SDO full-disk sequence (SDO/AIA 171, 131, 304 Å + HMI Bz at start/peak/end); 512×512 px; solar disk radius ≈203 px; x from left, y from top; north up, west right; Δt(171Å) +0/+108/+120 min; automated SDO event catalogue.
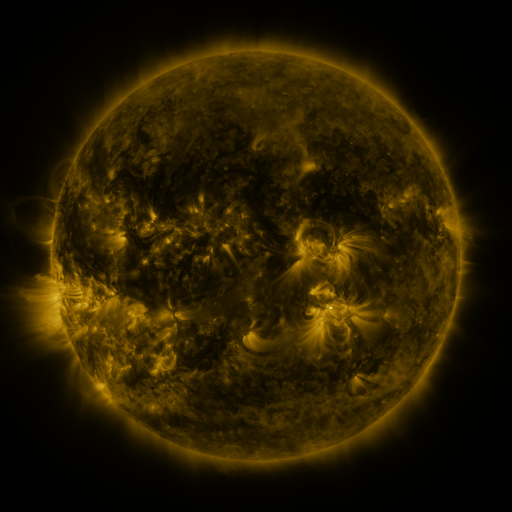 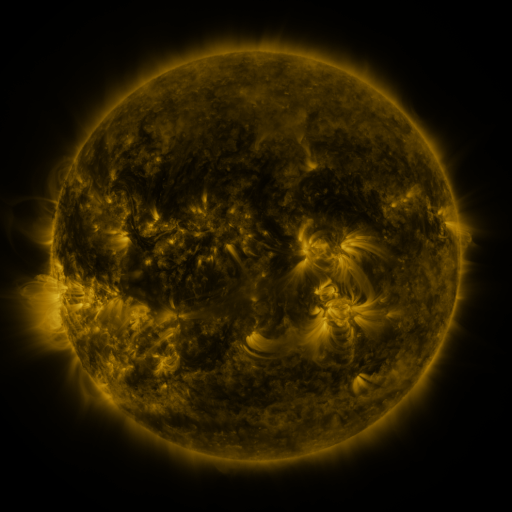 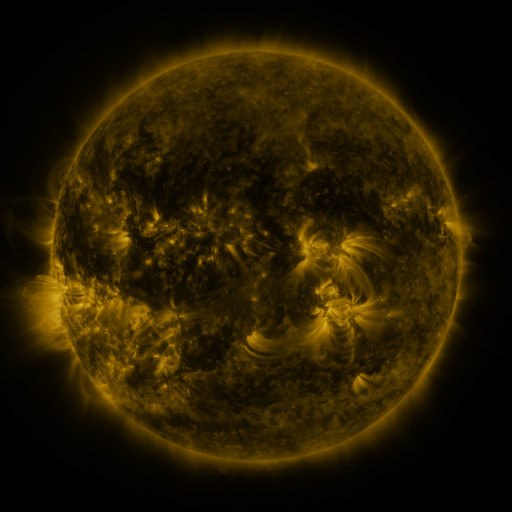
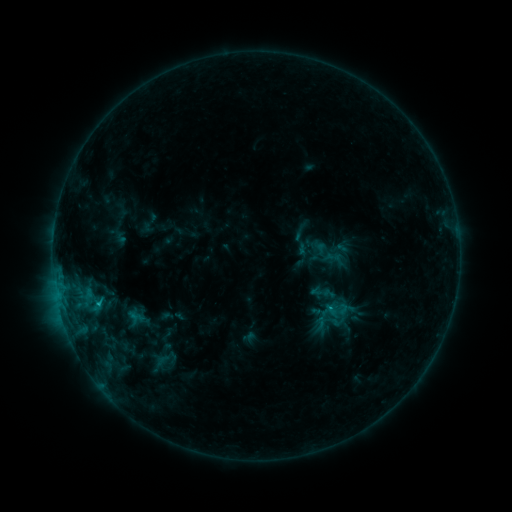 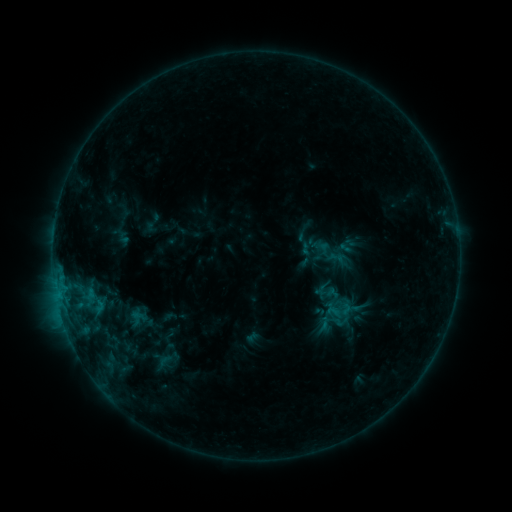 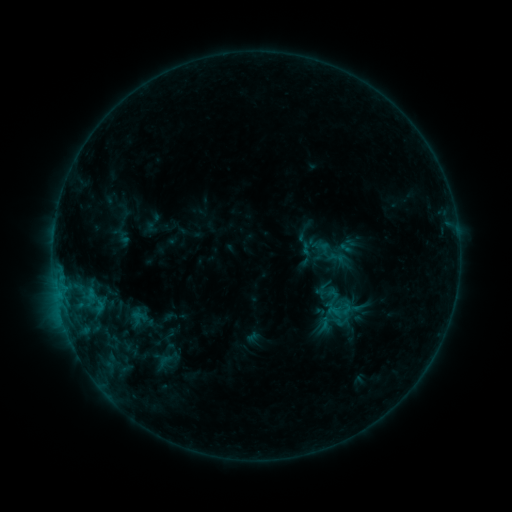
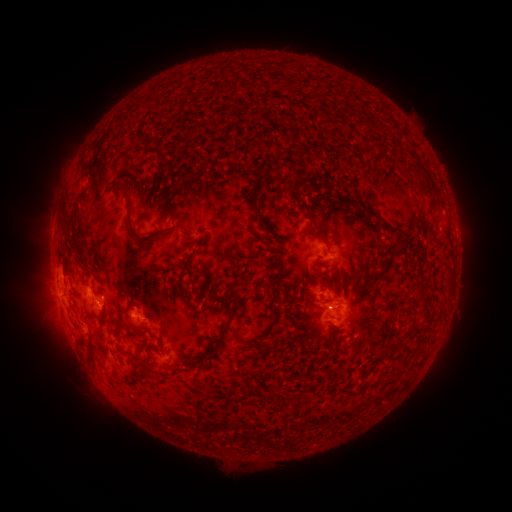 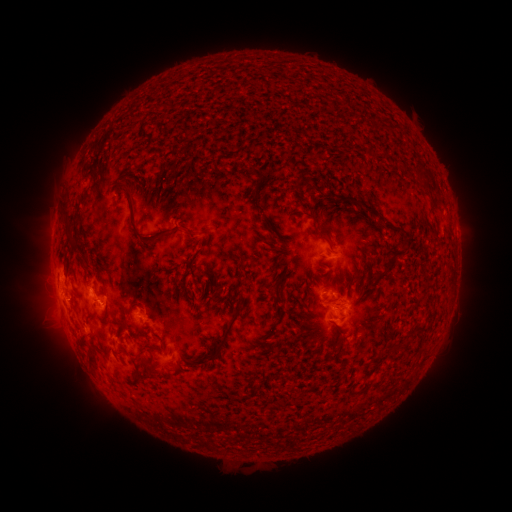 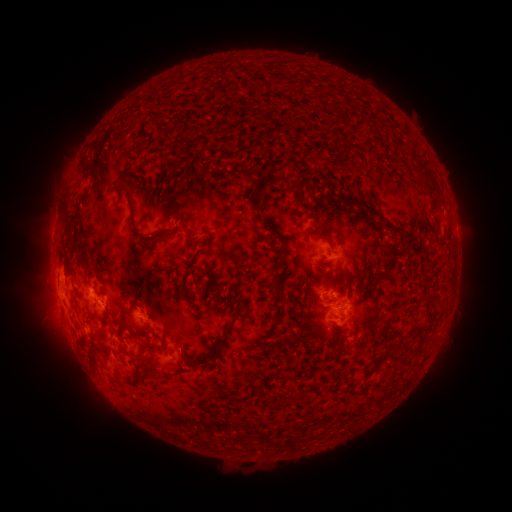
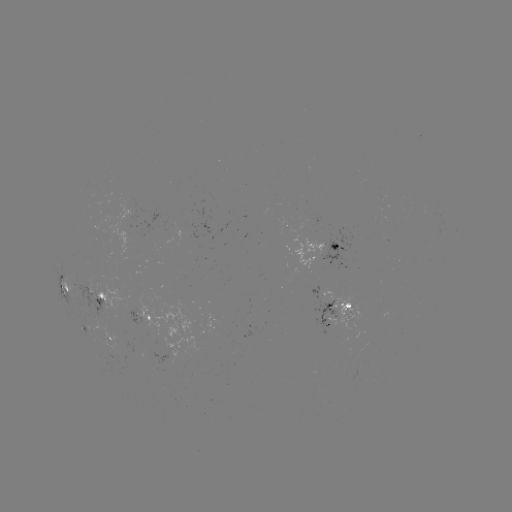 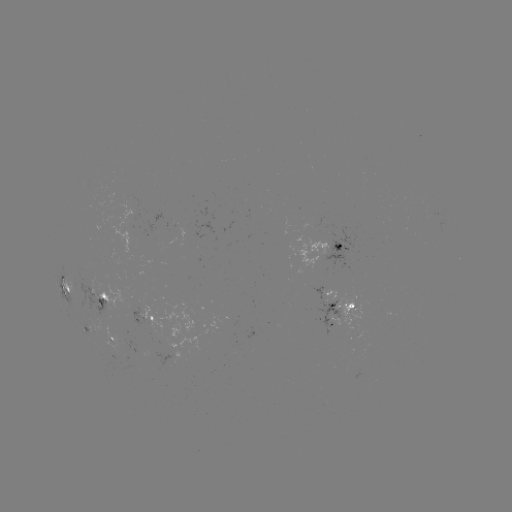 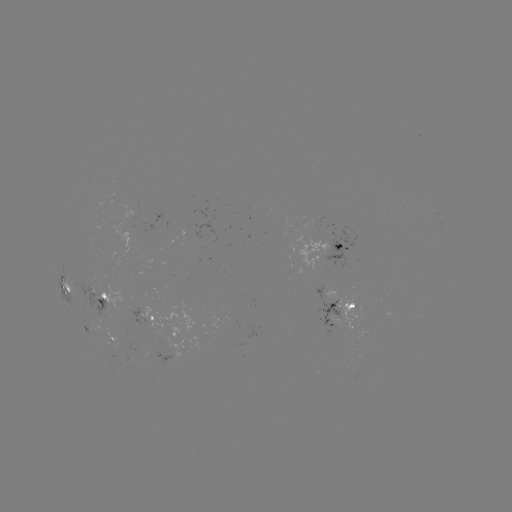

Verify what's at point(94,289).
emerging-flux region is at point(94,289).